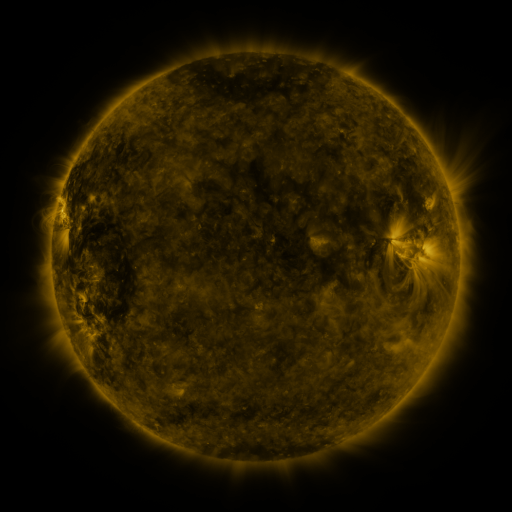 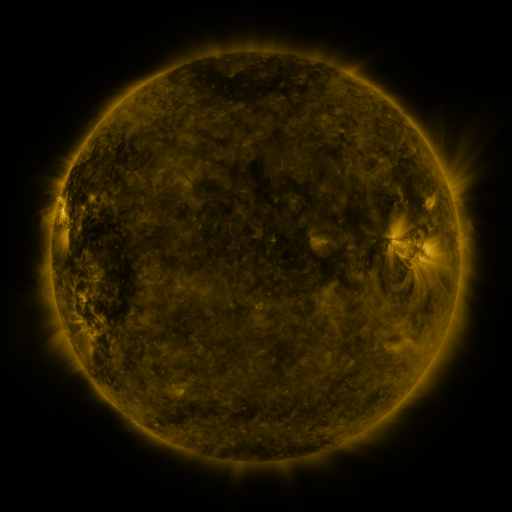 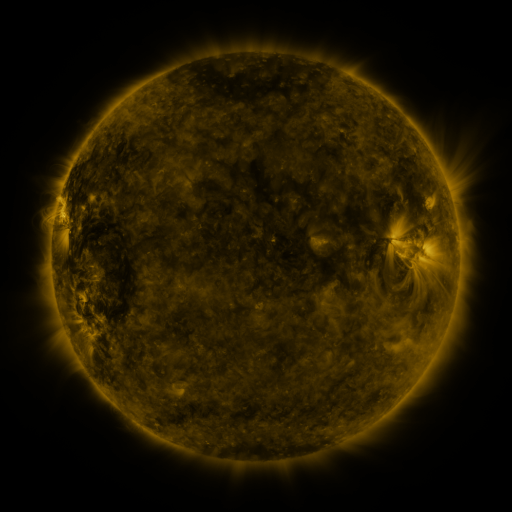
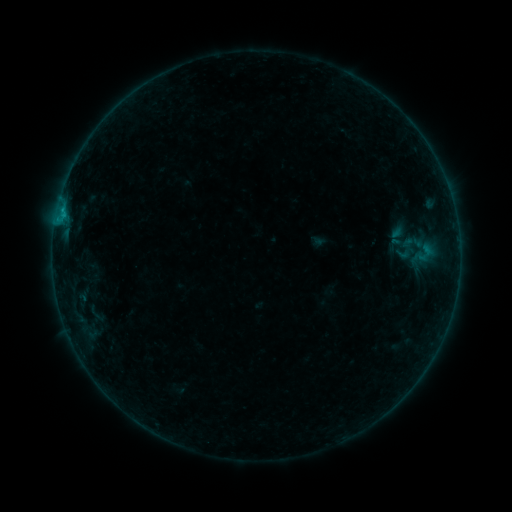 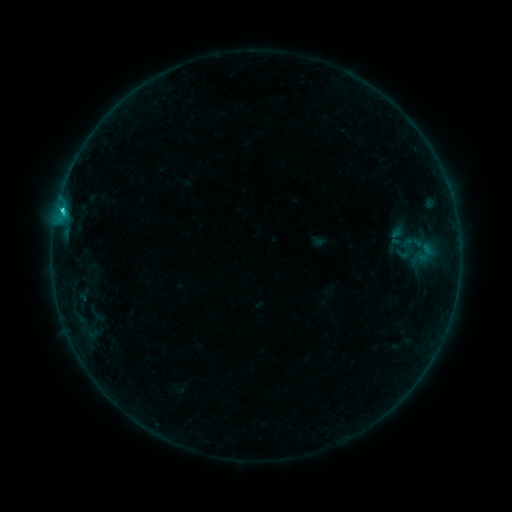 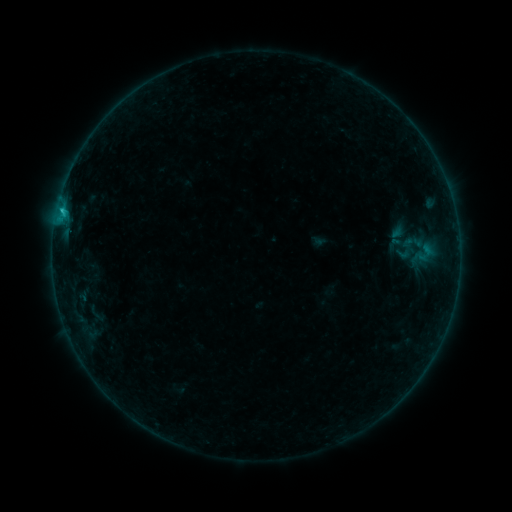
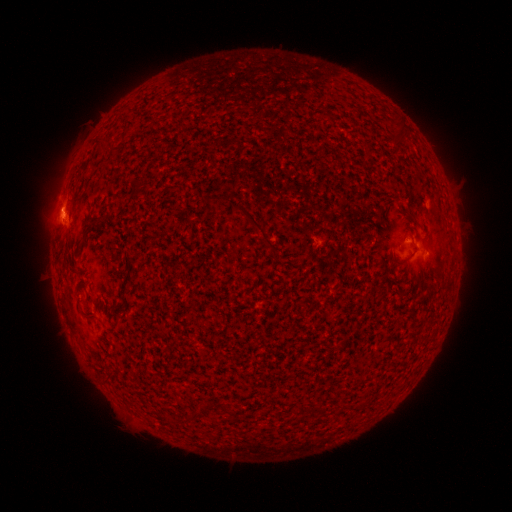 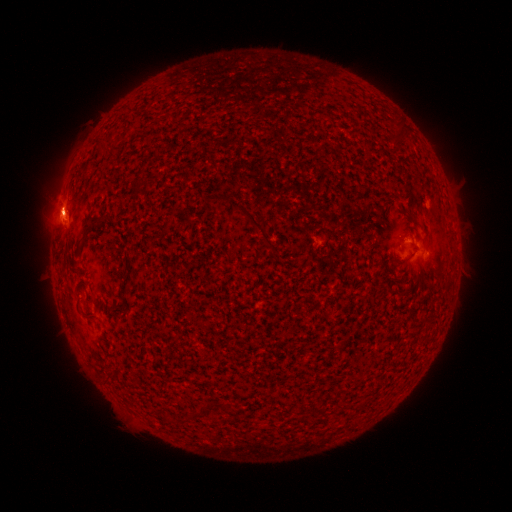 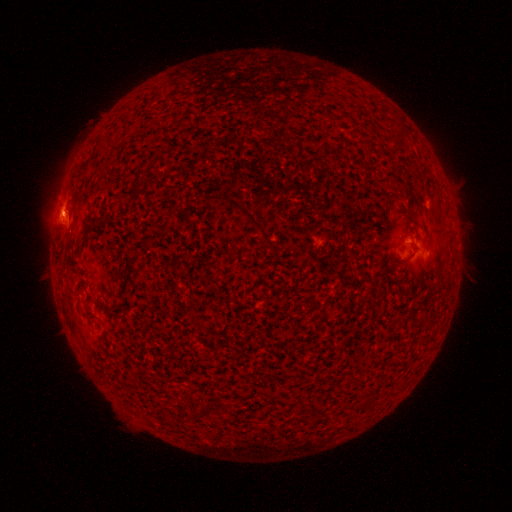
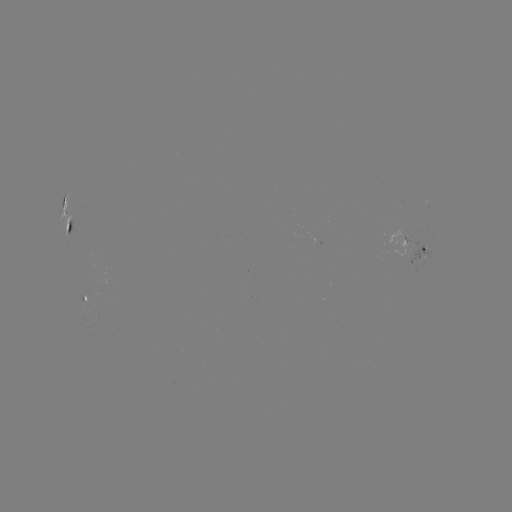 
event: flare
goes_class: C1.3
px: (63, 212)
